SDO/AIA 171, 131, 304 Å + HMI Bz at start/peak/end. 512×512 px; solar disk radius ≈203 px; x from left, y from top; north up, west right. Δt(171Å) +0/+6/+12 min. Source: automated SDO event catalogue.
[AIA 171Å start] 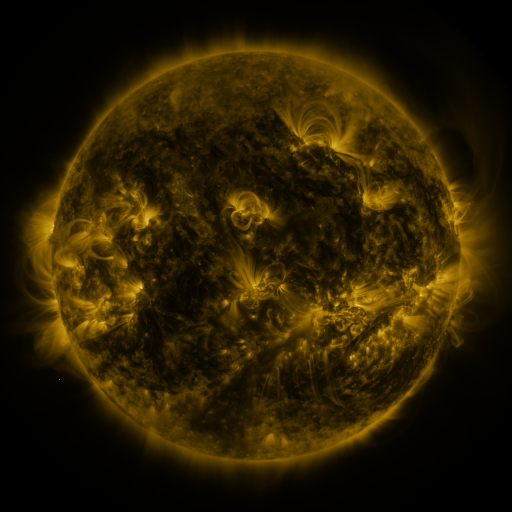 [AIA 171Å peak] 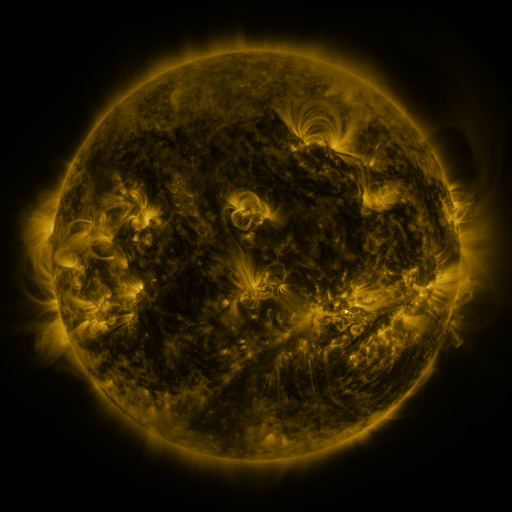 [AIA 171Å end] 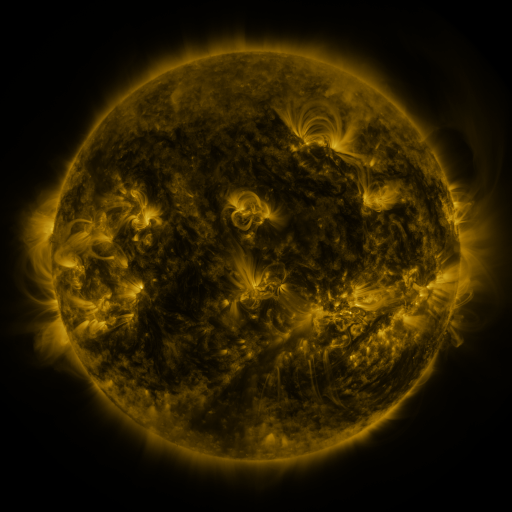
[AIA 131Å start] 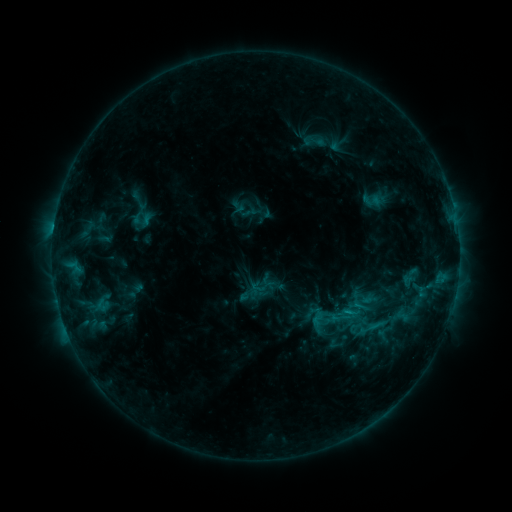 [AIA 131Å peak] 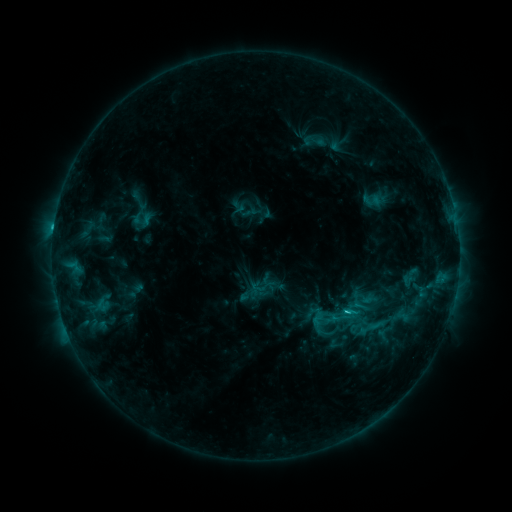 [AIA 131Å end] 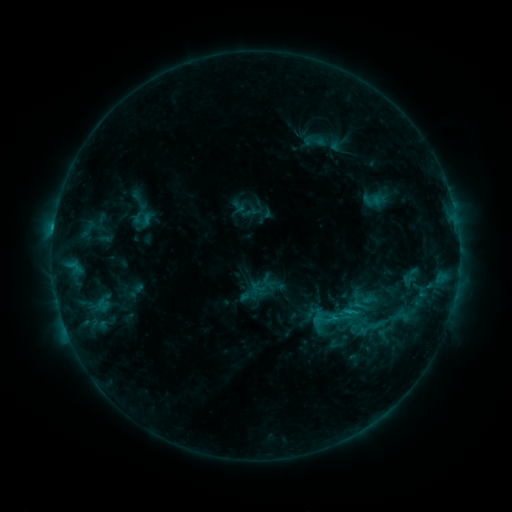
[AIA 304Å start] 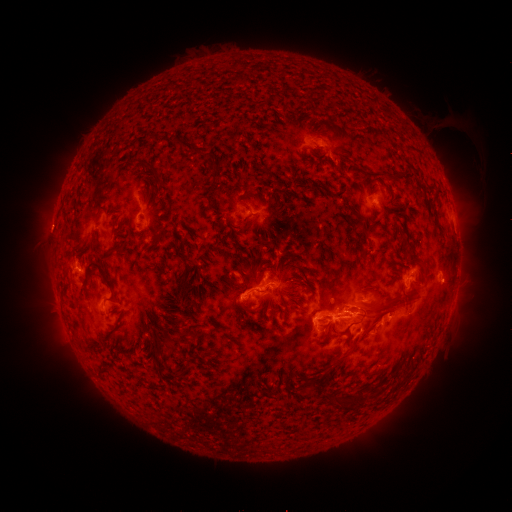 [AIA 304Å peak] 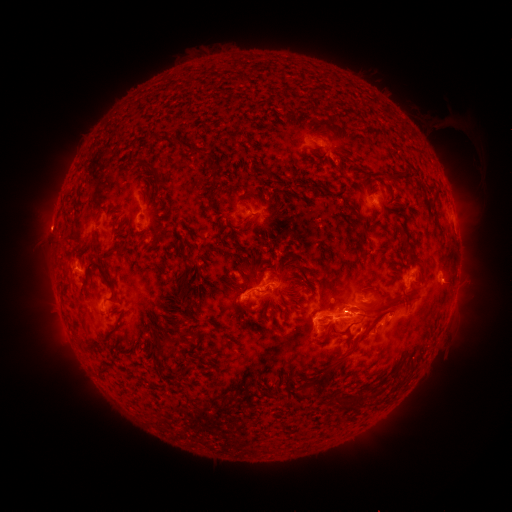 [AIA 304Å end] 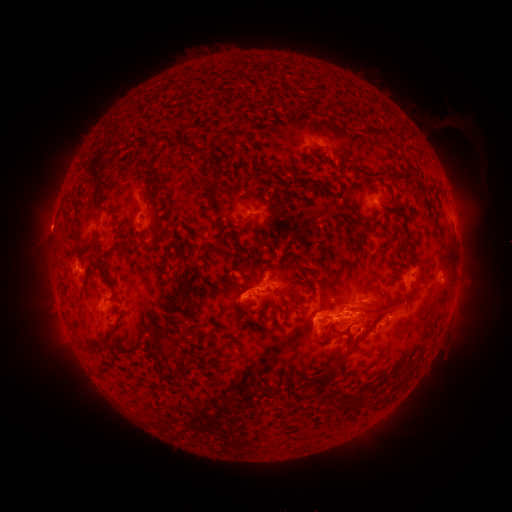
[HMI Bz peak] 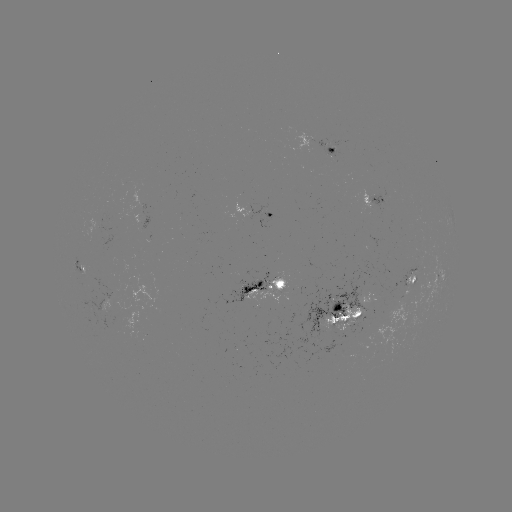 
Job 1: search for C2.7 flare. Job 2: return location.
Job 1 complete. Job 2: [344, 311].